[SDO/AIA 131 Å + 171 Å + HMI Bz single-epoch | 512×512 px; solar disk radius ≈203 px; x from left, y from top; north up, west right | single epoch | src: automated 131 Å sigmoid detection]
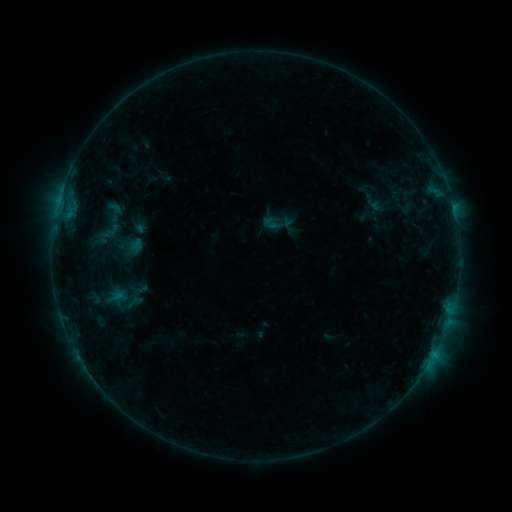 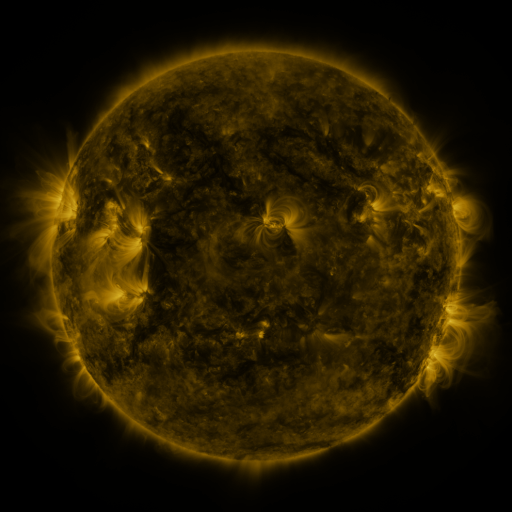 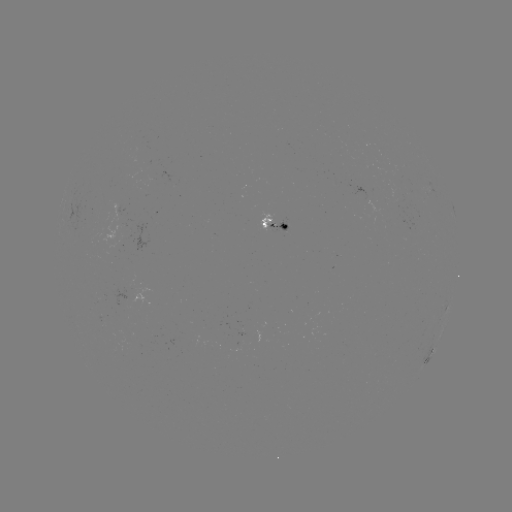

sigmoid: (262, 213, 281, 232)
